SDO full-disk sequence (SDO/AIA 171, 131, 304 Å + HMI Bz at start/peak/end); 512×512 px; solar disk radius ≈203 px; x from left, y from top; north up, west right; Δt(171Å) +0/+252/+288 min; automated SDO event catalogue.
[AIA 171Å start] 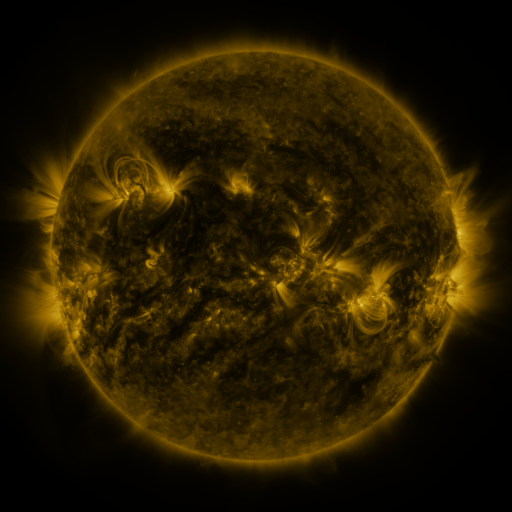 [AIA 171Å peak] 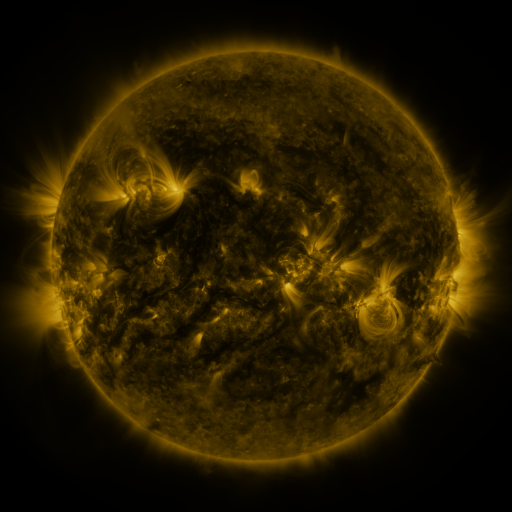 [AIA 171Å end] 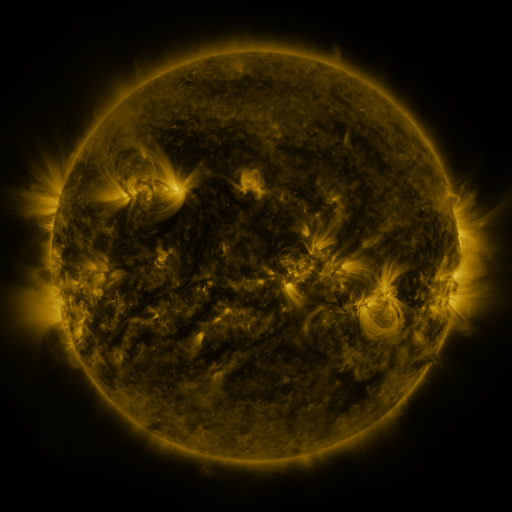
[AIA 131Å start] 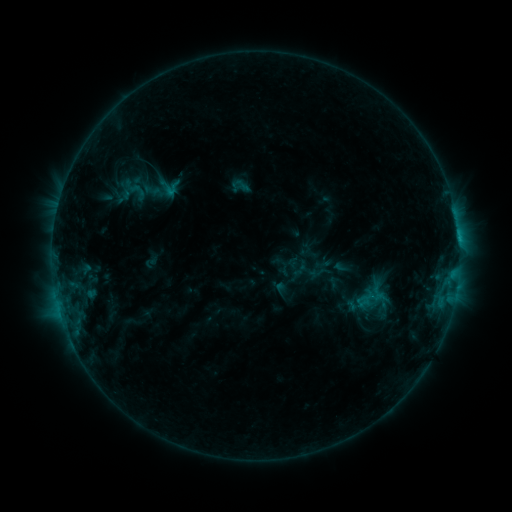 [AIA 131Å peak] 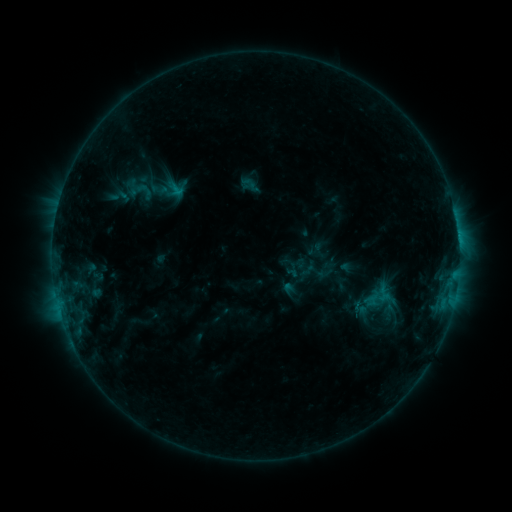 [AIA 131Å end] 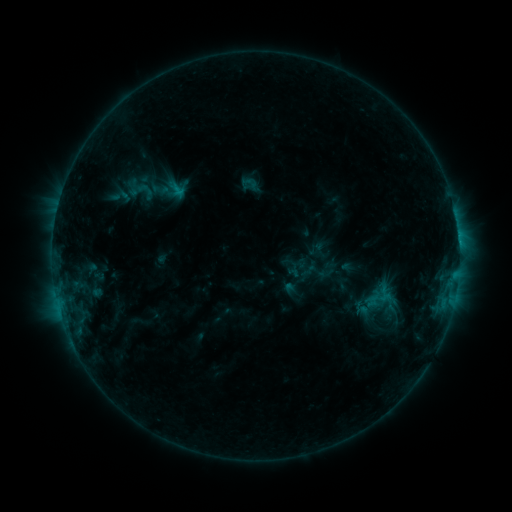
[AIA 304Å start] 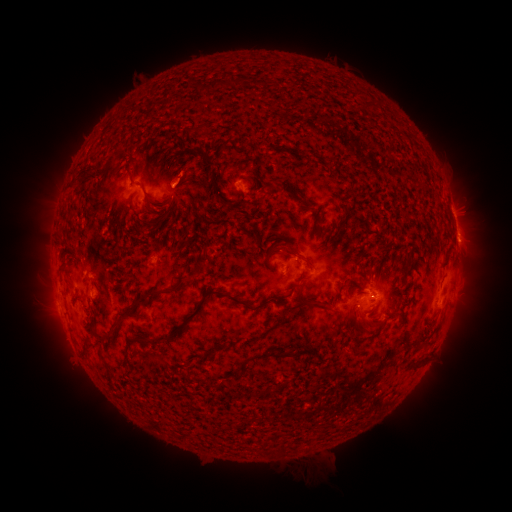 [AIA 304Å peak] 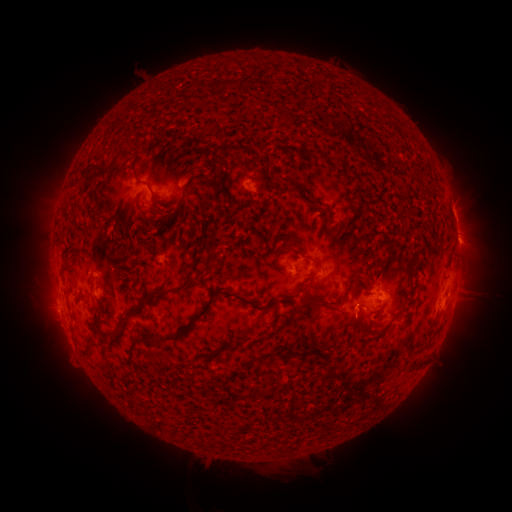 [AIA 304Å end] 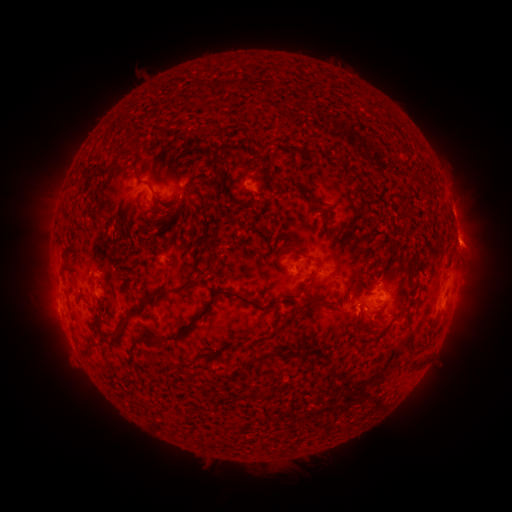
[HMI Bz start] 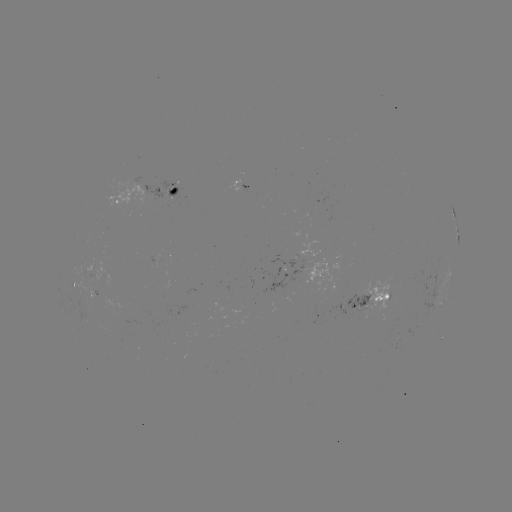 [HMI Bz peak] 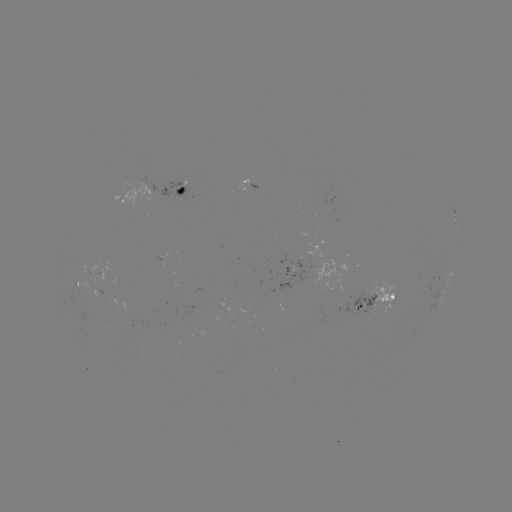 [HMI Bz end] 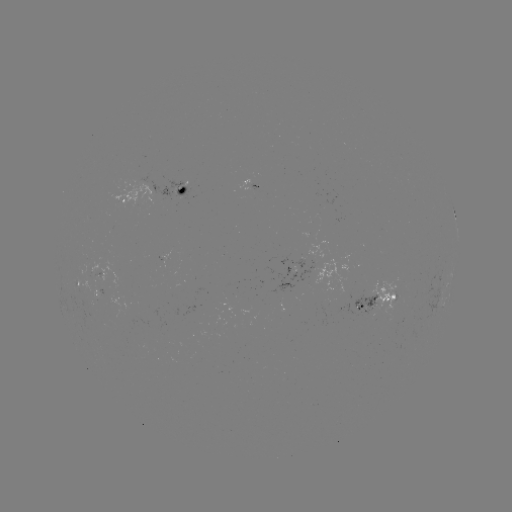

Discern emerging-flux region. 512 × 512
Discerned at (360, 307).